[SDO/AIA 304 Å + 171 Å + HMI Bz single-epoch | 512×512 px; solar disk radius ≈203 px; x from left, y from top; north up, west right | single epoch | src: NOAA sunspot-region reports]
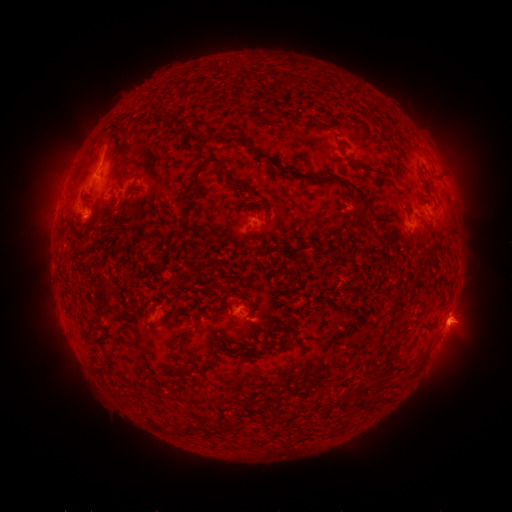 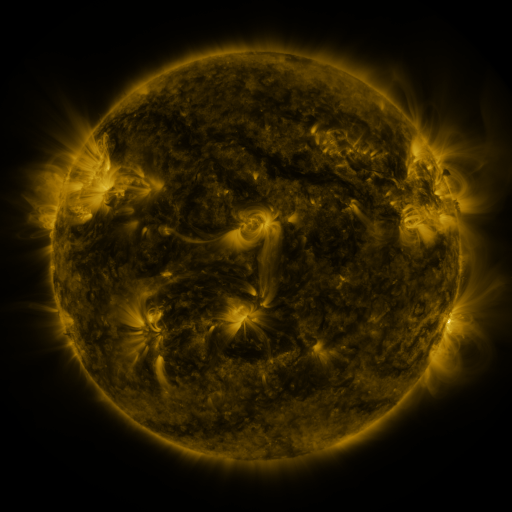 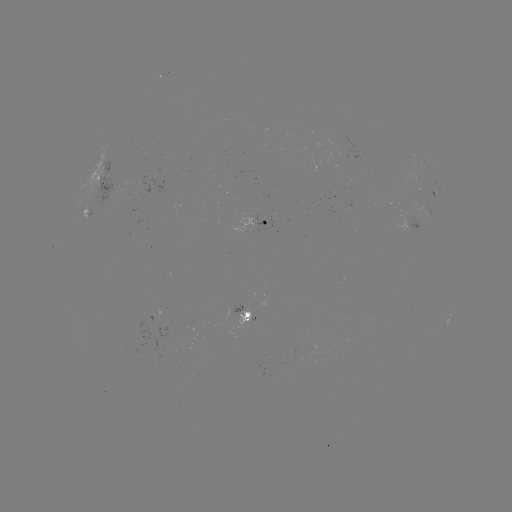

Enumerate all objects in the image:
spotted active region: (106, 181)
spotted active region: (435, 195)
spotted active region: (266, 225)
spotted active region: (408, 225)
spotted active region: (252, 316)
spotted active region: (449, 318)
